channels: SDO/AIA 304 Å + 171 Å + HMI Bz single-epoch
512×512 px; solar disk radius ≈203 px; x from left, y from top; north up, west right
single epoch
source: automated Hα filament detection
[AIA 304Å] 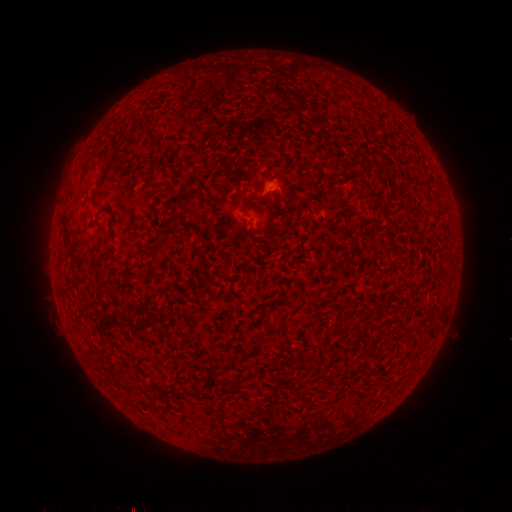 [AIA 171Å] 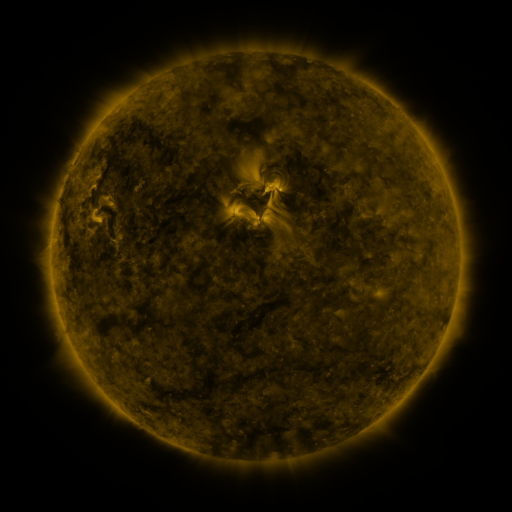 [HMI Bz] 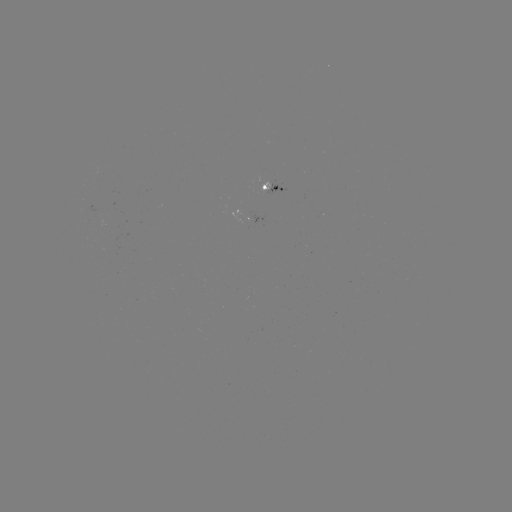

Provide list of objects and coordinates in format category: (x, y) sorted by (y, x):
filament: (185, 207)
filament: (156, 252)
